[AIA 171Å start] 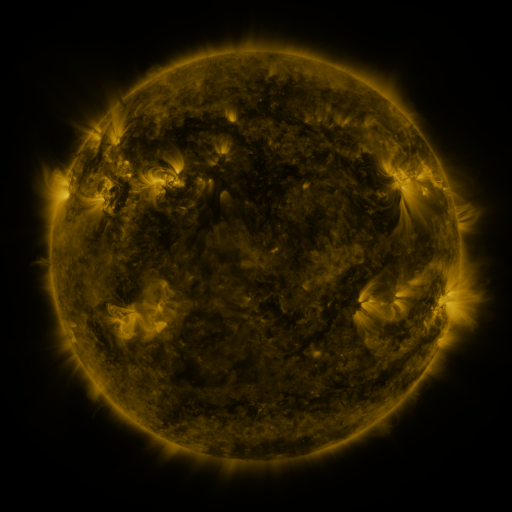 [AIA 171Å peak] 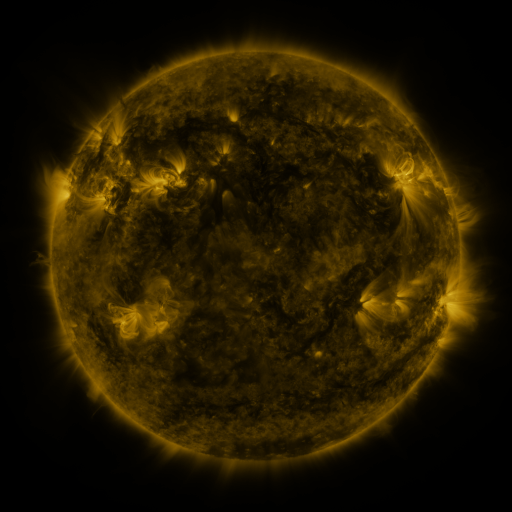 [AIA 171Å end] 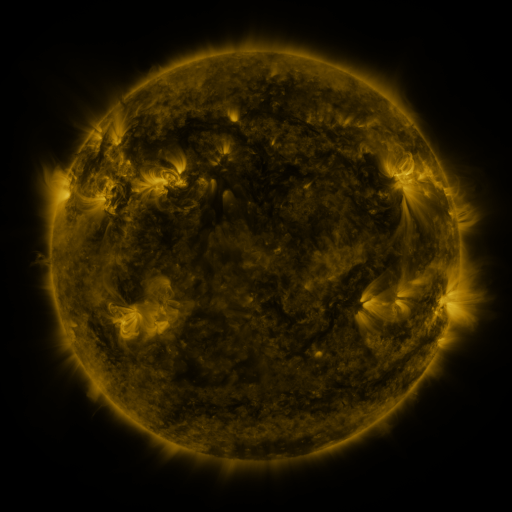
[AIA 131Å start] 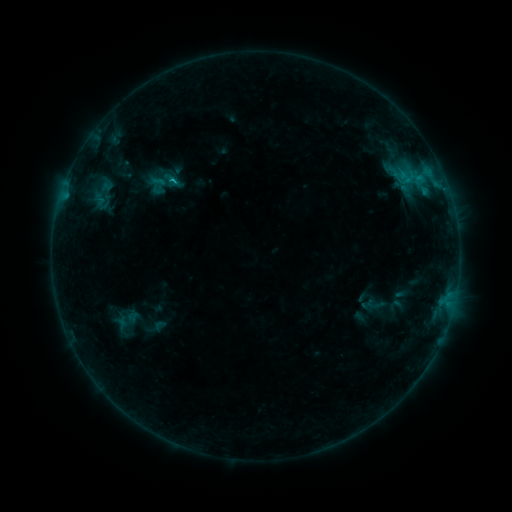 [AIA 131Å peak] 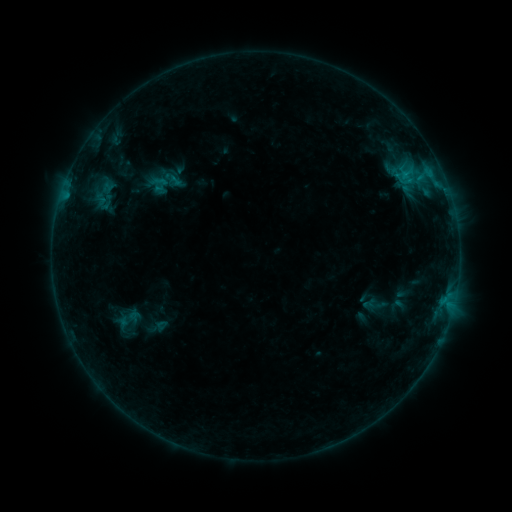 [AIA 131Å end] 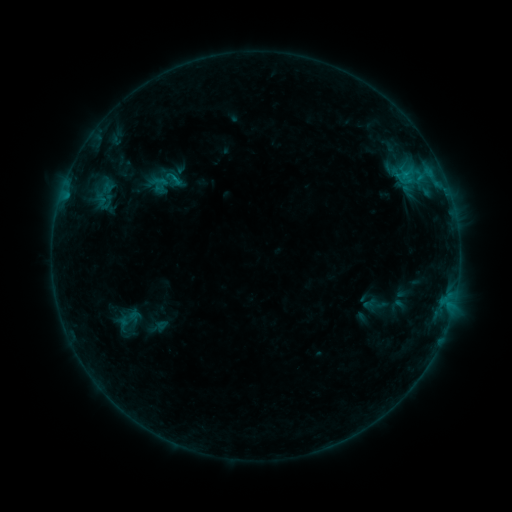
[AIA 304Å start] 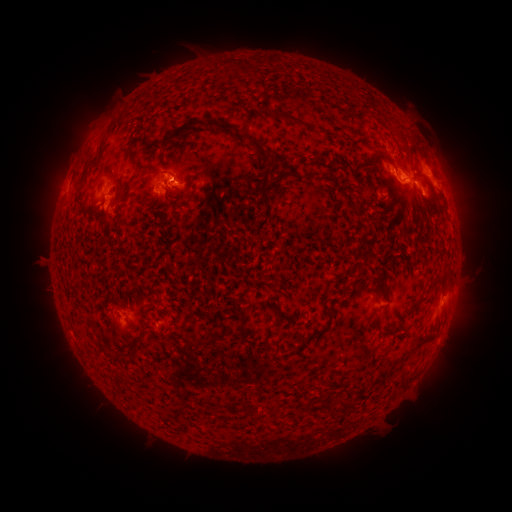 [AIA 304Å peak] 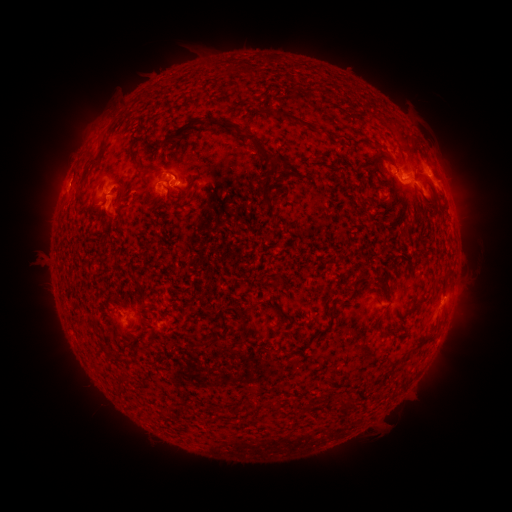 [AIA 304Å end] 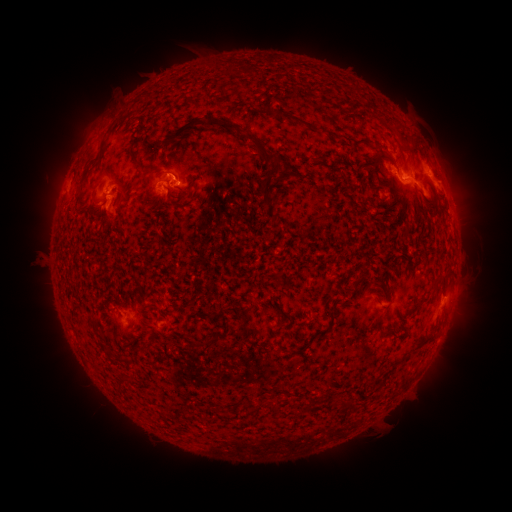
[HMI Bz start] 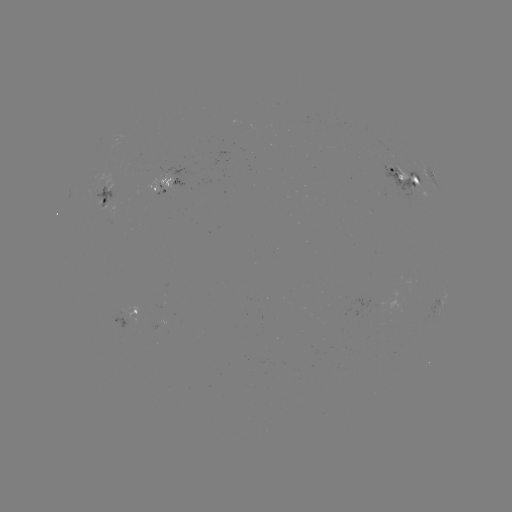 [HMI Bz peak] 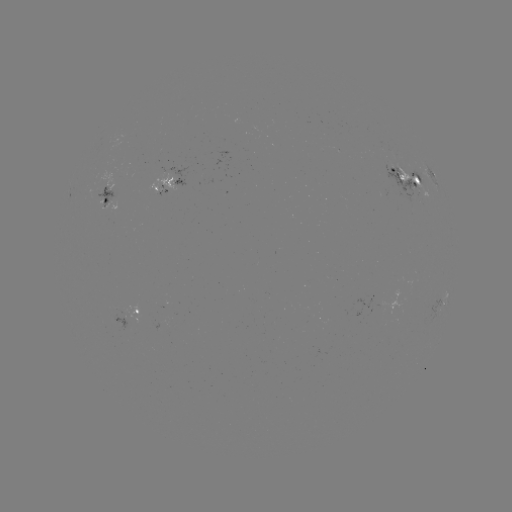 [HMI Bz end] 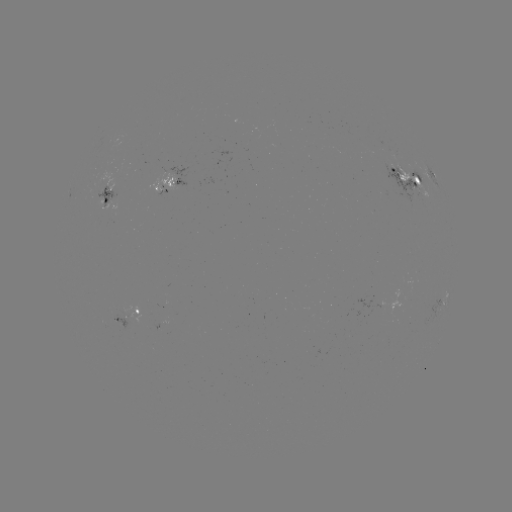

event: emerging-flux region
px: (407, 184)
